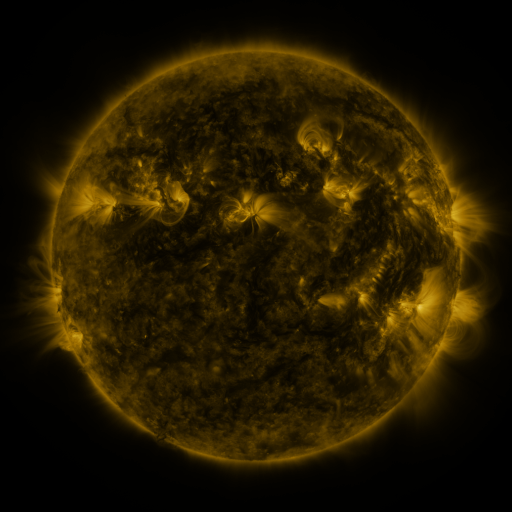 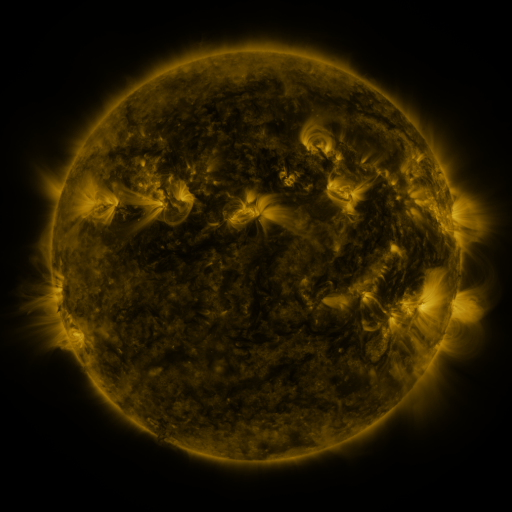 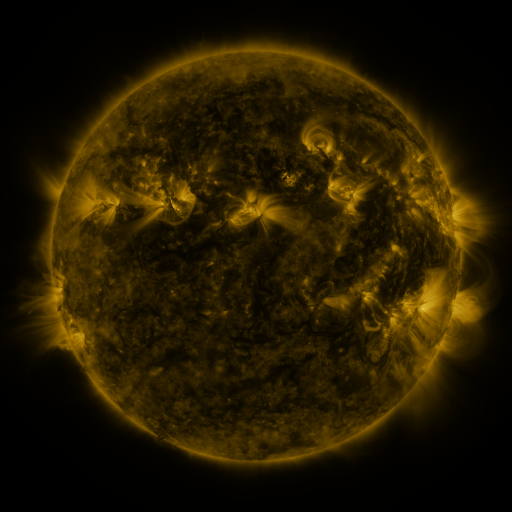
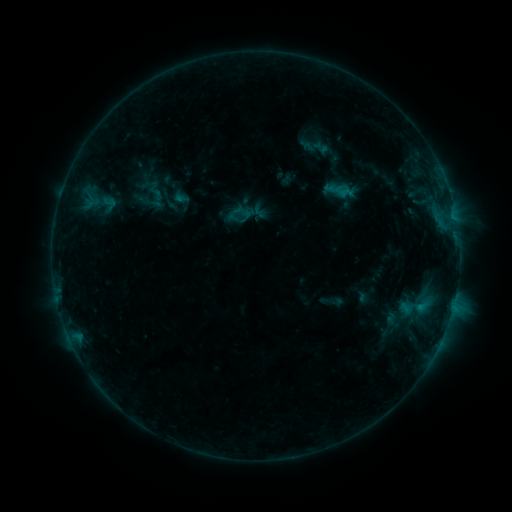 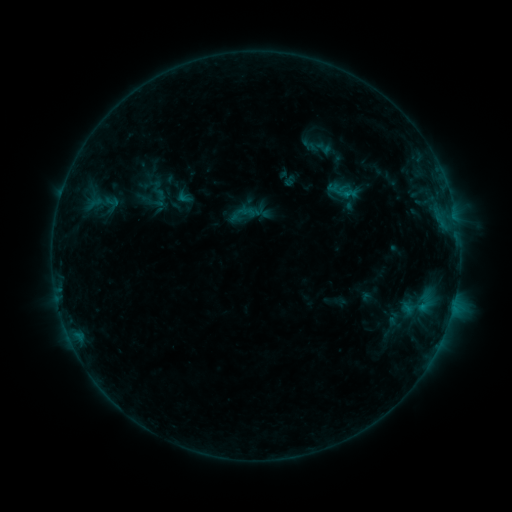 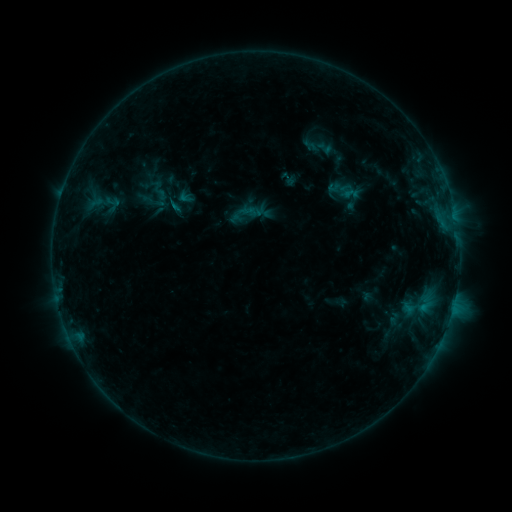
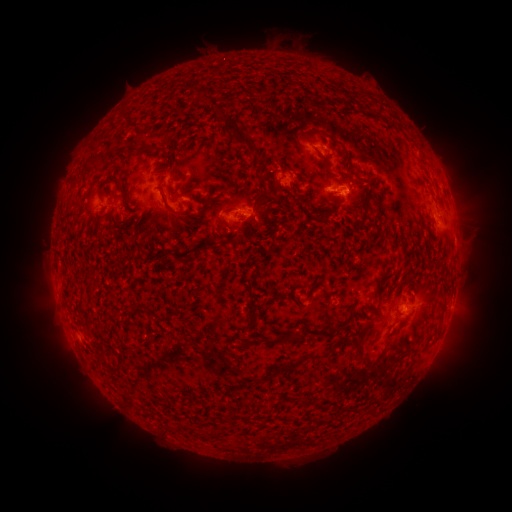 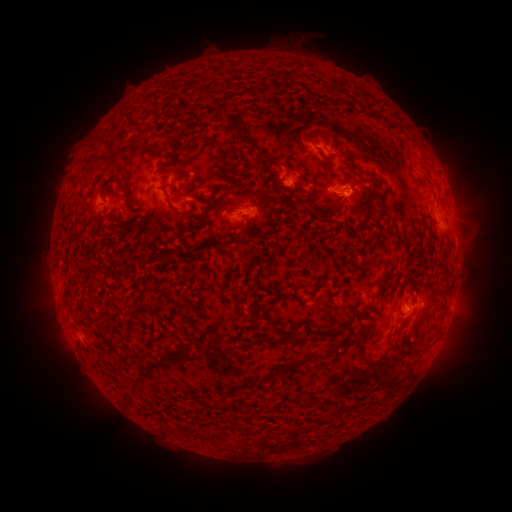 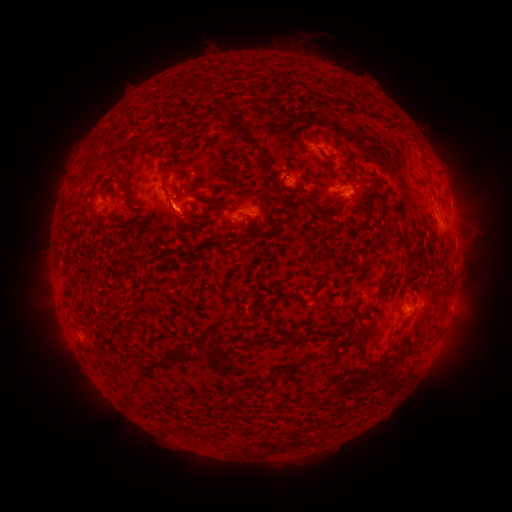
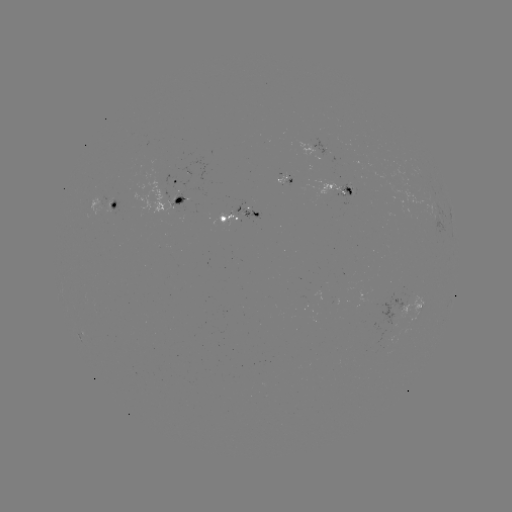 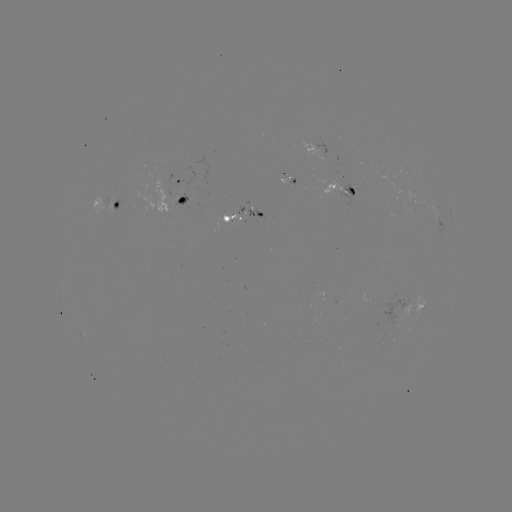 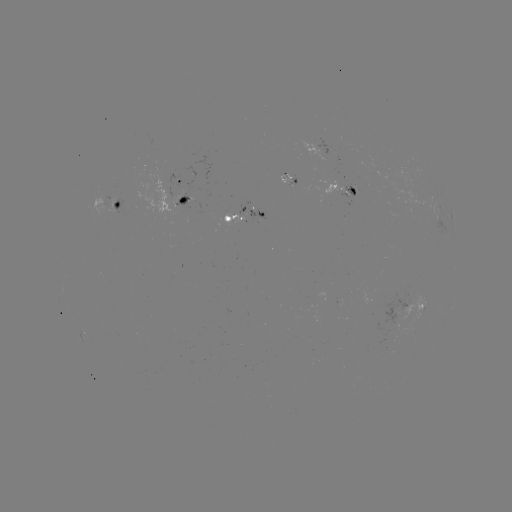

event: emerging-flux region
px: (352, 190)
